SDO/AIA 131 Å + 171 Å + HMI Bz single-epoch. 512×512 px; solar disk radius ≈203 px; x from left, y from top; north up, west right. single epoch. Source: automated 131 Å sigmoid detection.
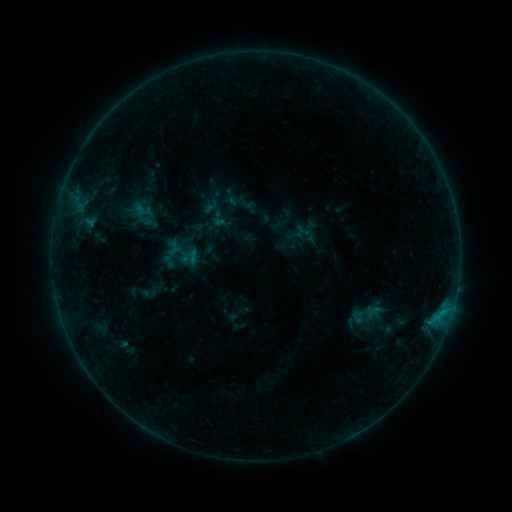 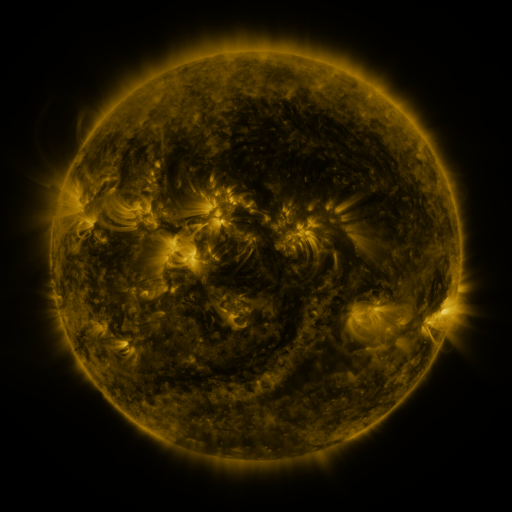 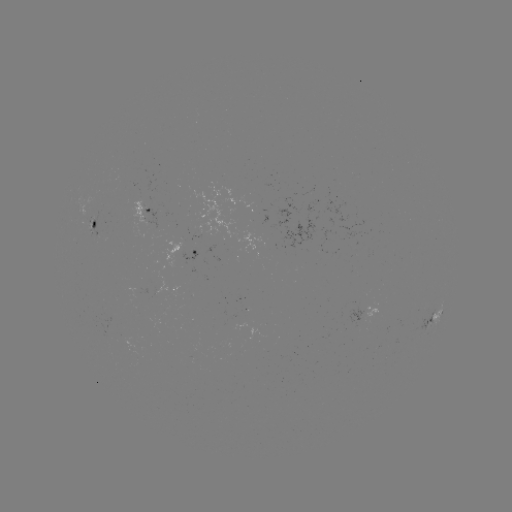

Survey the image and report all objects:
sigmoid: (133, 199, 153, 221)
